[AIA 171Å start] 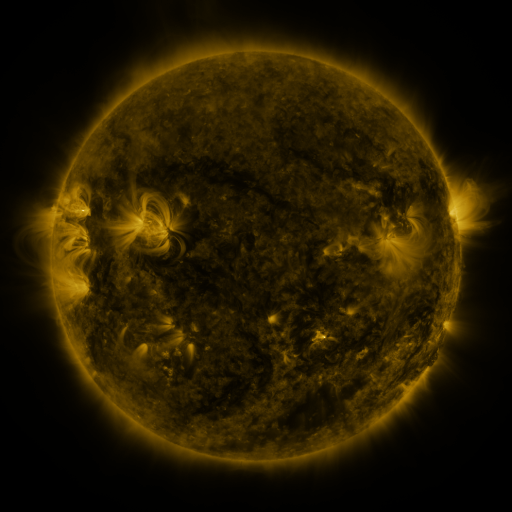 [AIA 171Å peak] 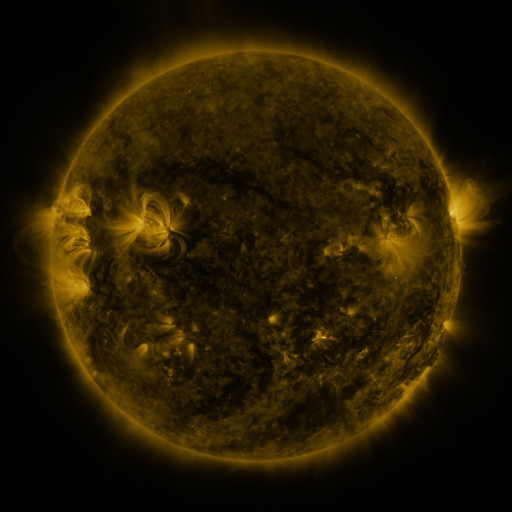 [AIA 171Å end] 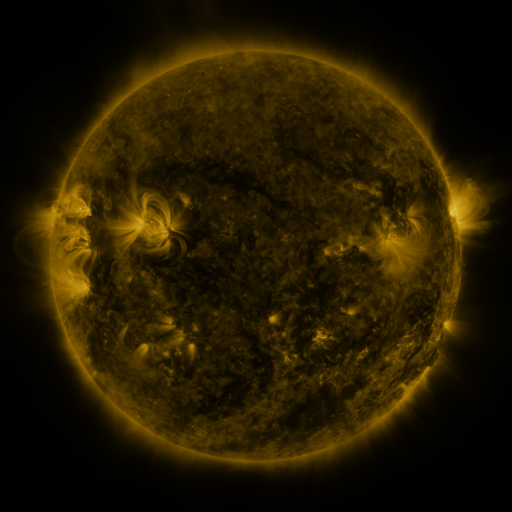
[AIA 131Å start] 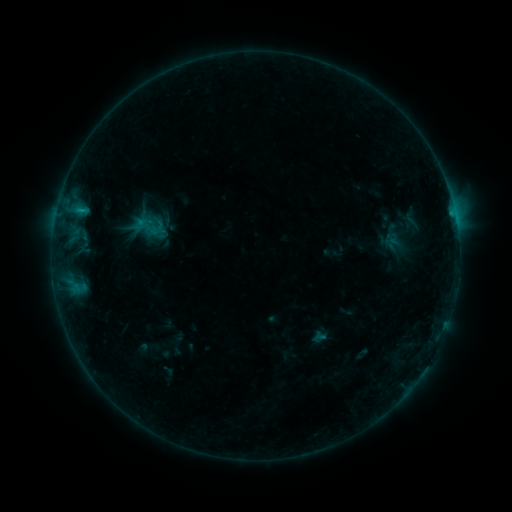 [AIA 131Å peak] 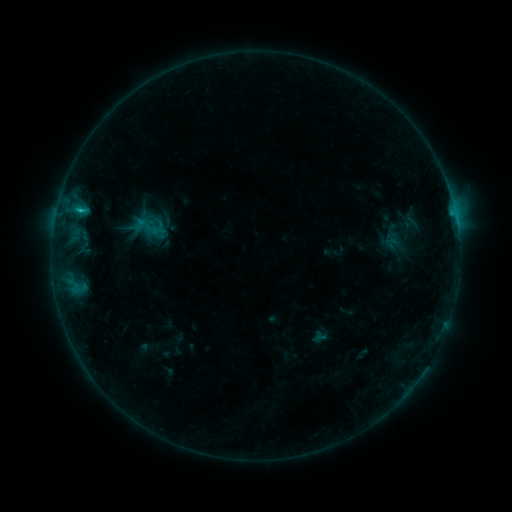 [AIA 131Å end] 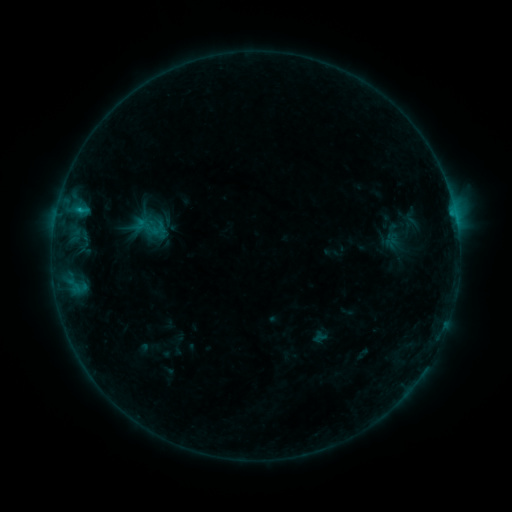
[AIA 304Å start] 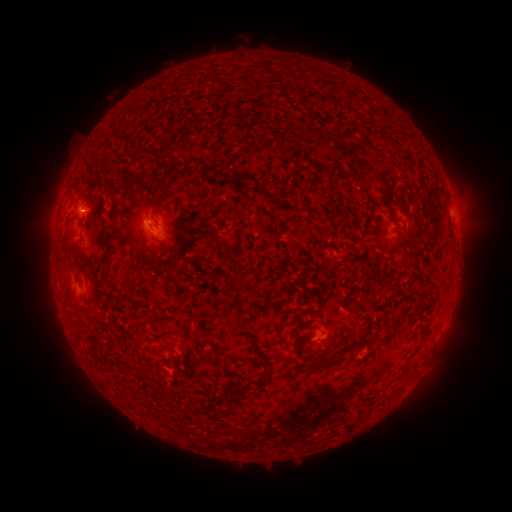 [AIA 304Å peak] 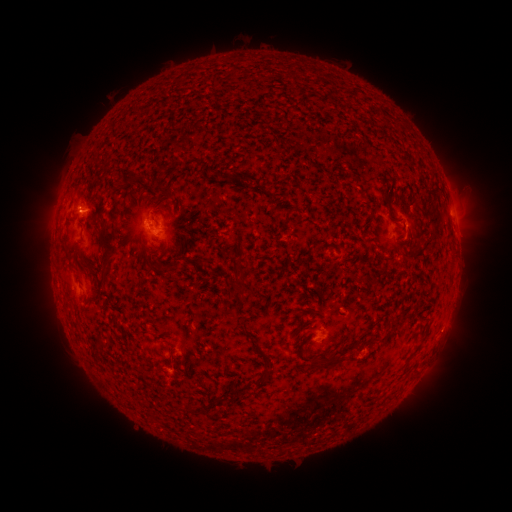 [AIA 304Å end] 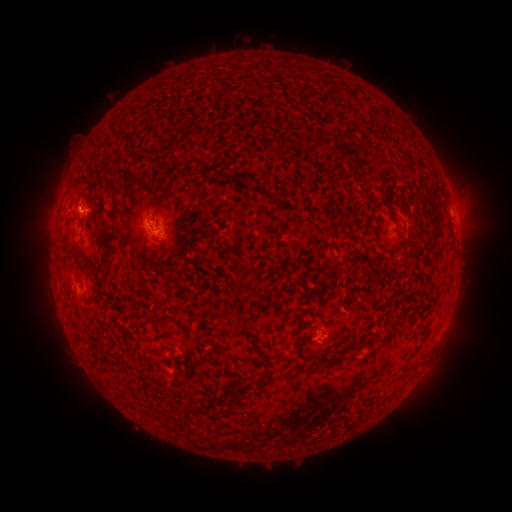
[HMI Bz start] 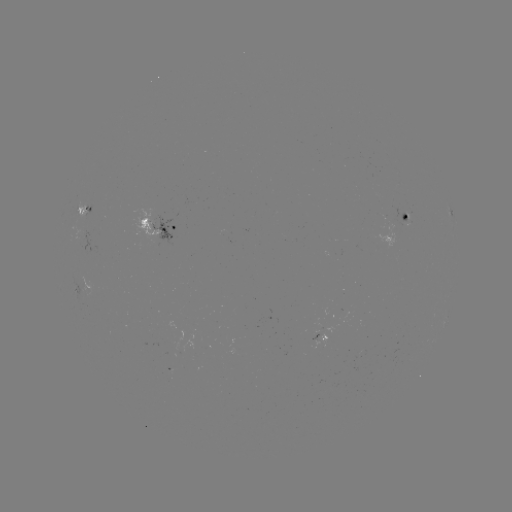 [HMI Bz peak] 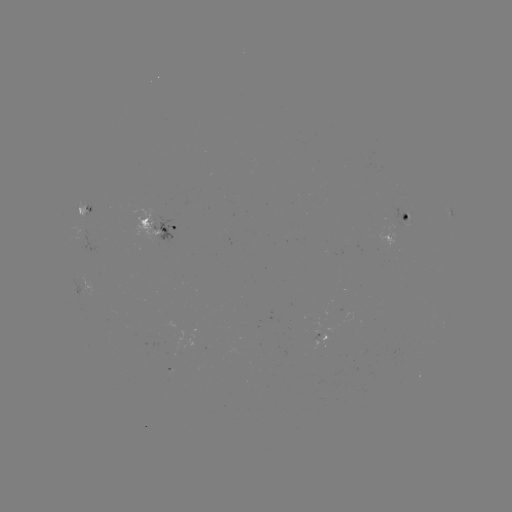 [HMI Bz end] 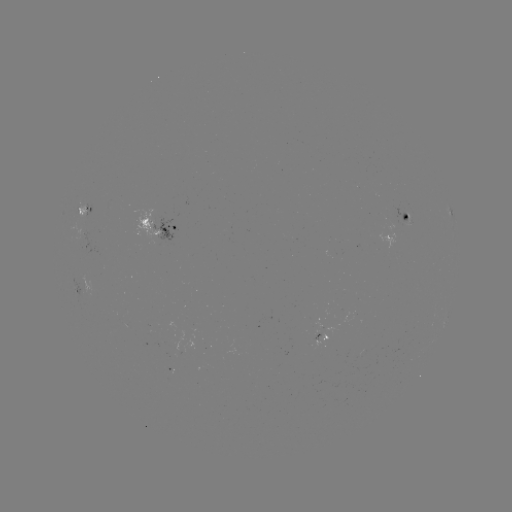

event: flare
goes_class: B7.1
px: (79, 213)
